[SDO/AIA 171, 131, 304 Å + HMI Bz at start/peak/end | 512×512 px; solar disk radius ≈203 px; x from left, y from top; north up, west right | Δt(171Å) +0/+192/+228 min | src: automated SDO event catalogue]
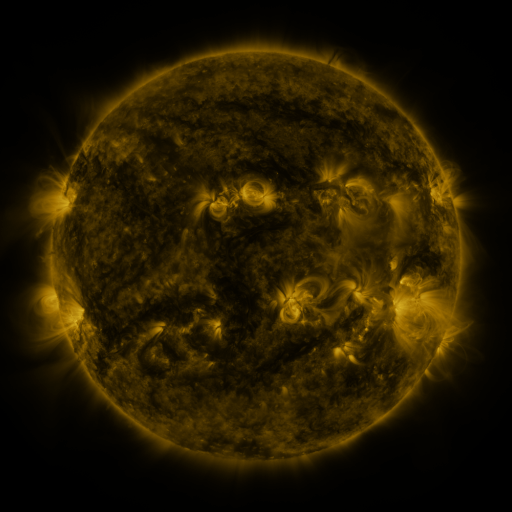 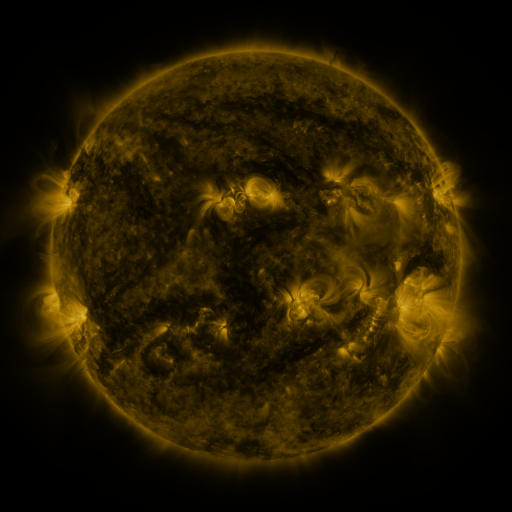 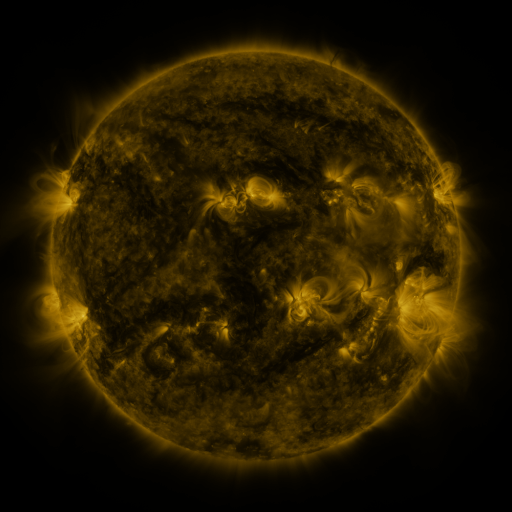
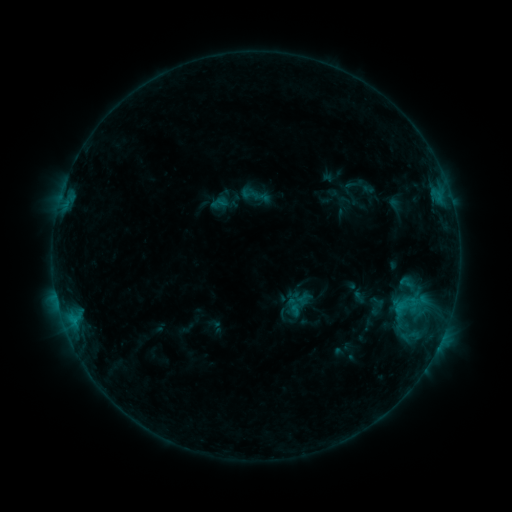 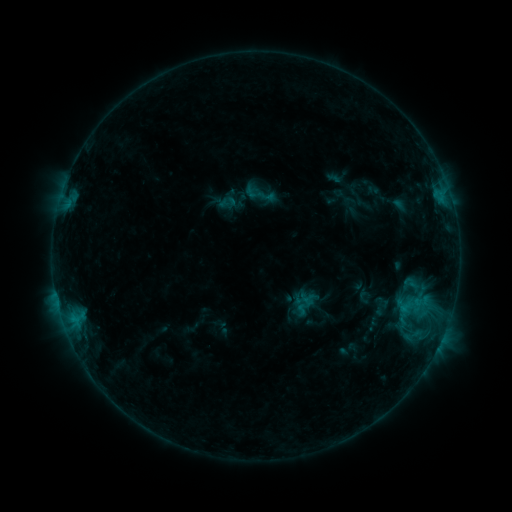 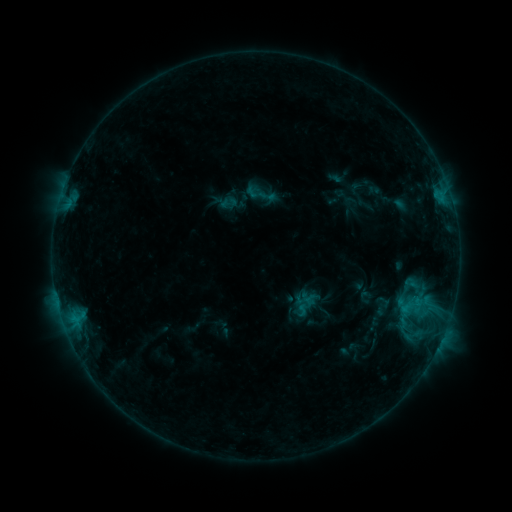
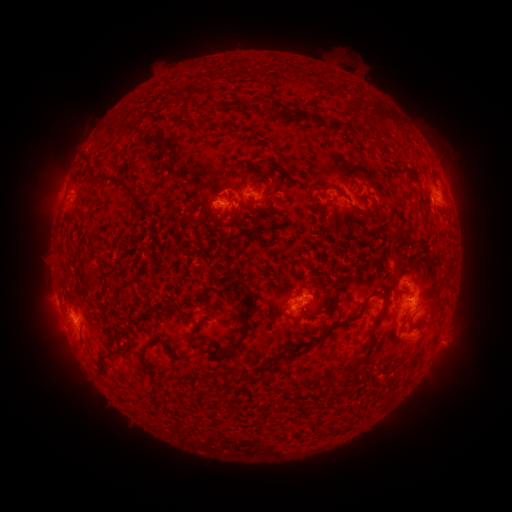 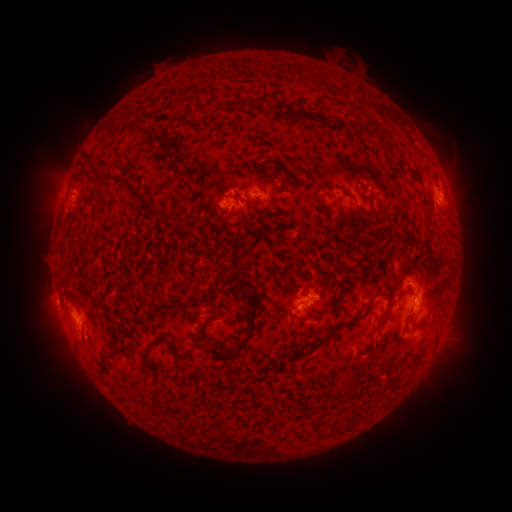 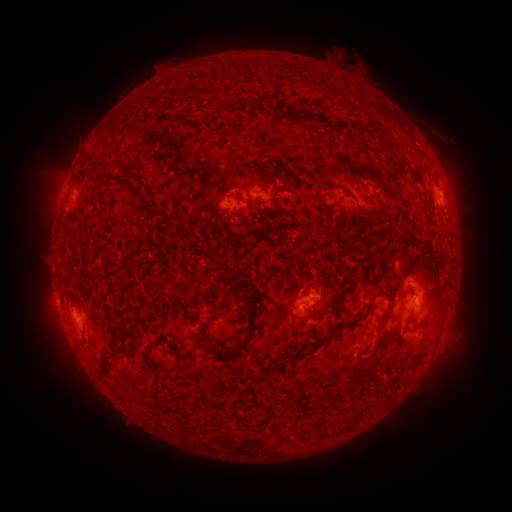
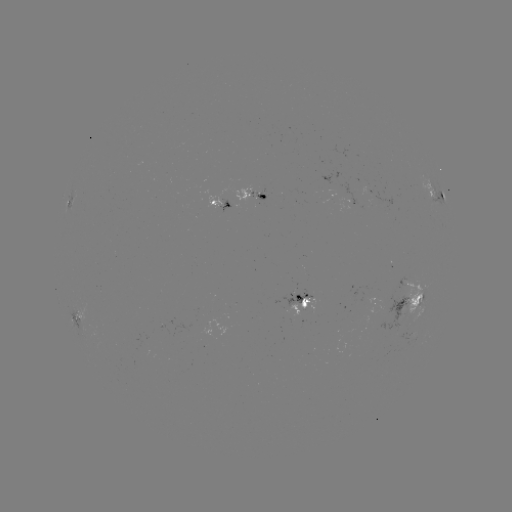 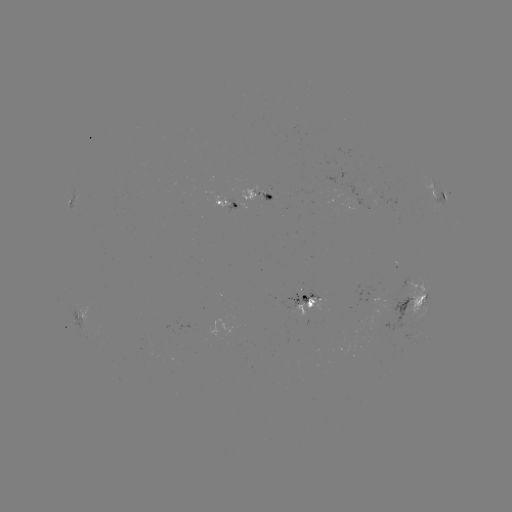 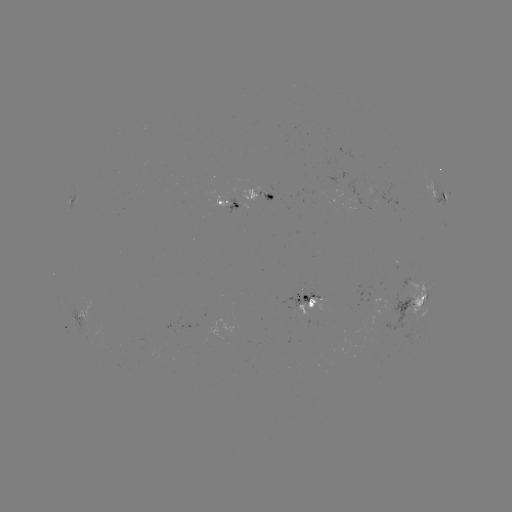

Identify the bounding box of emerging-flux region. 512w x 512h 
[225, 194, 236, 214].